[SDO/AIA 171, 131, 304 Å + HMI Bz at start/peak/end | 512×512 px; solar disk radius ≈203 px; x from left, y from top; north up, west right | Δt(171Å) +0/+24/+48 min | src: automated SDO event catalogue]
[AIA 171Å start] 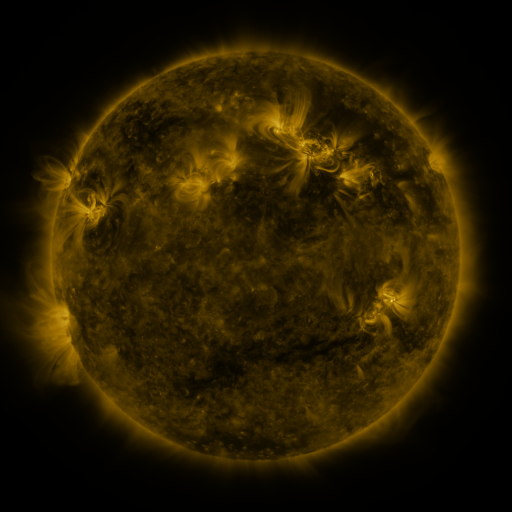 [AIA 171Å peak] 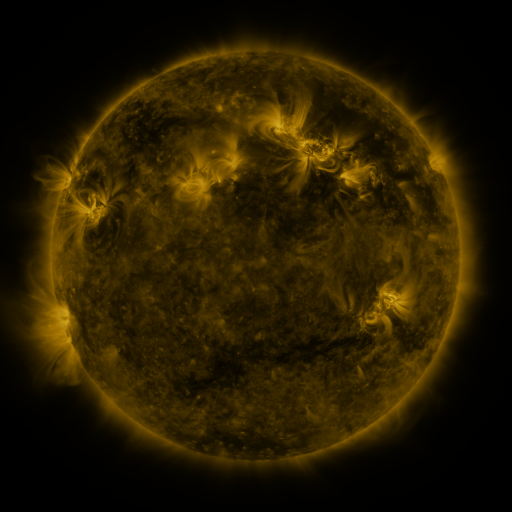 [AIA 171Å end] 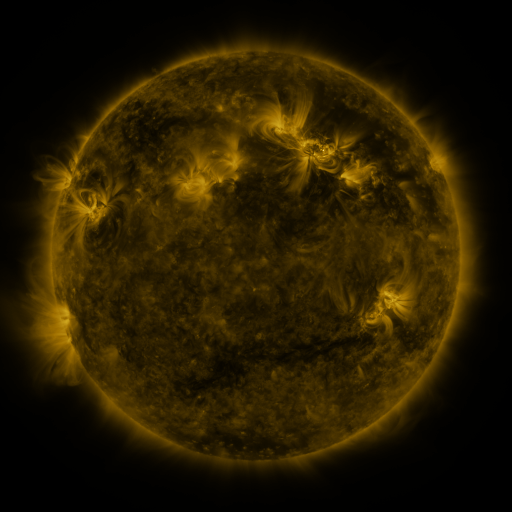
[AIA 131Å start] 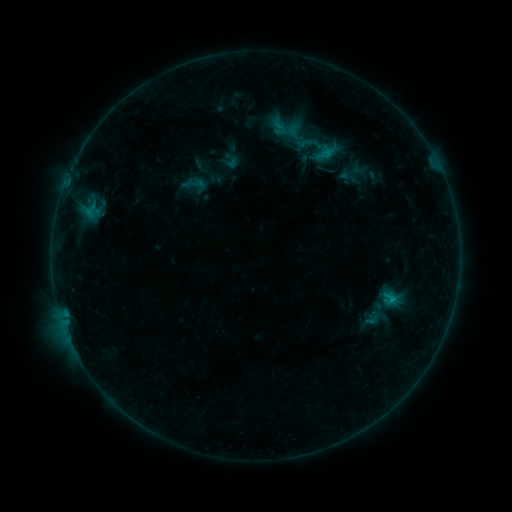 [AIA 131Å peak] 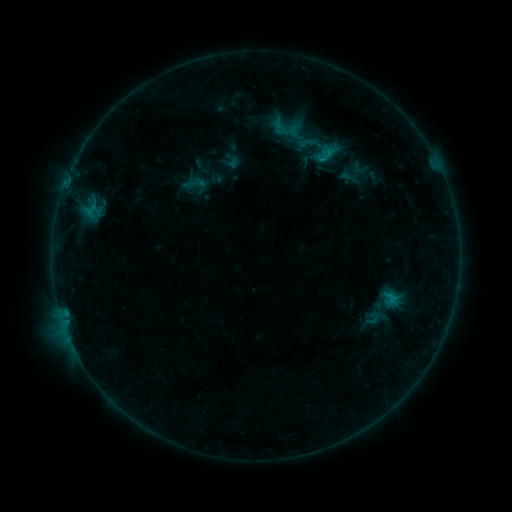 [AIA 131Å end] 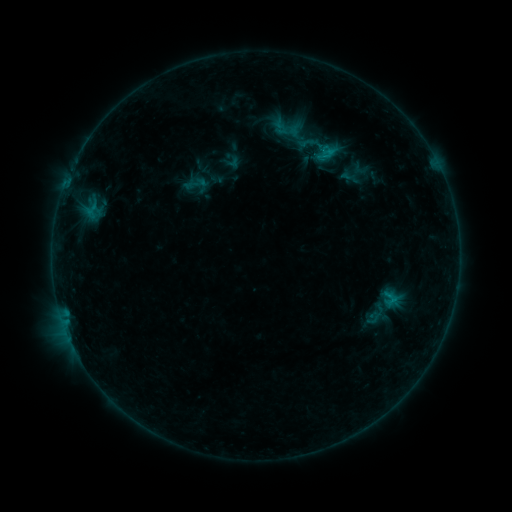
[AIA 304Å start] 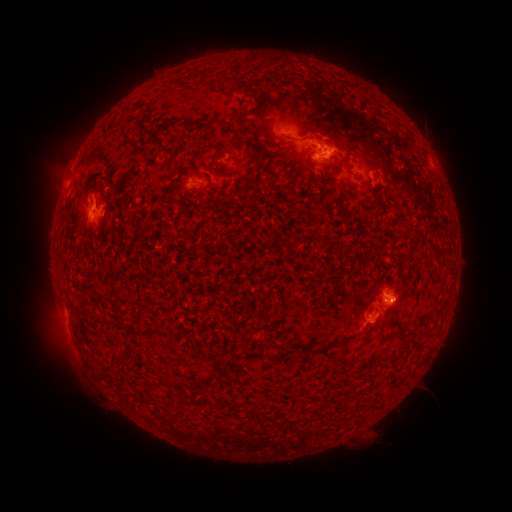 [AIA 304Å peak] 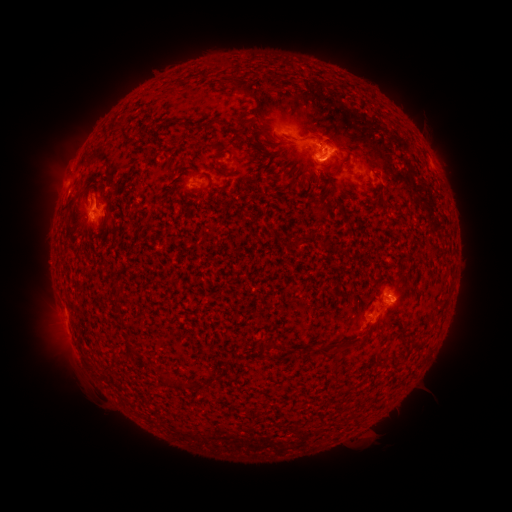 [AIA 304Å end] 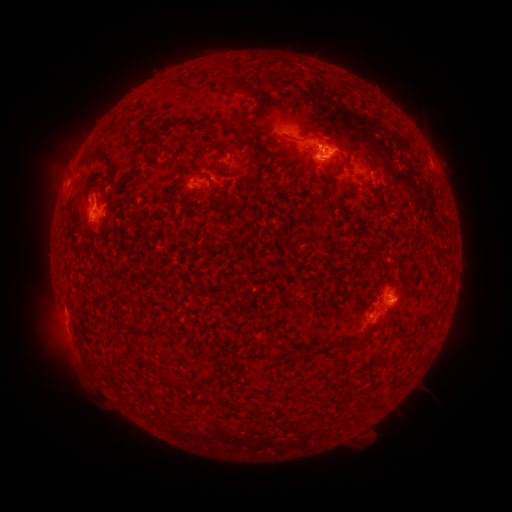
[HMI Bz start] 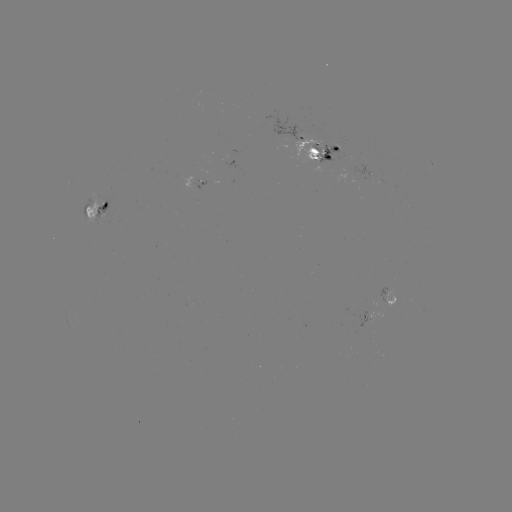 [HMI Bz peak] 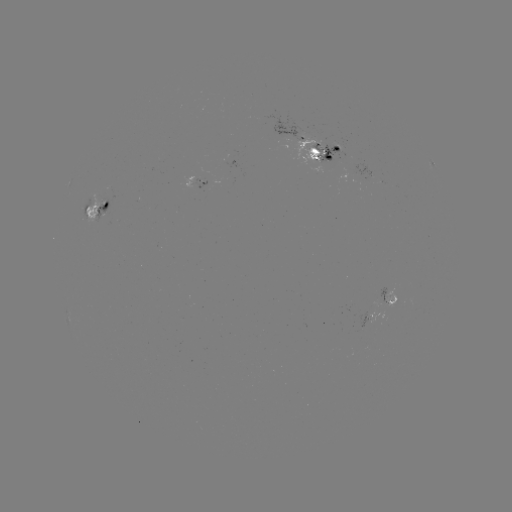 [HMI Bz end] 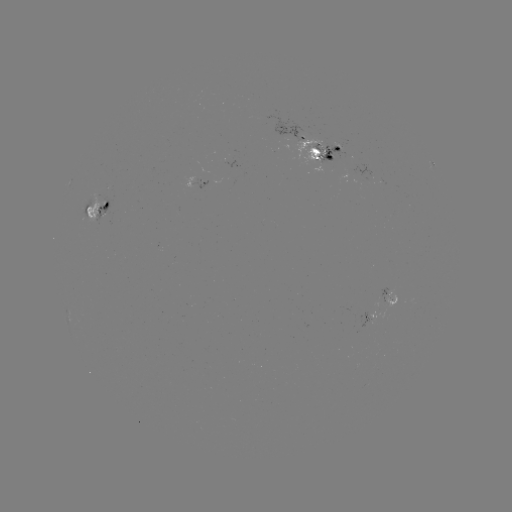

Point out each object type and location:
emerging-flux region: (90, 202)
